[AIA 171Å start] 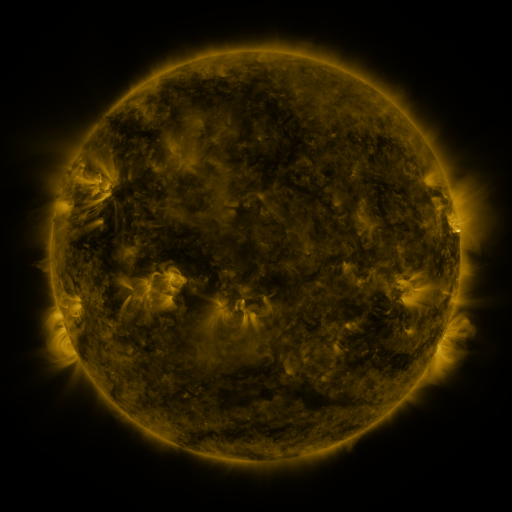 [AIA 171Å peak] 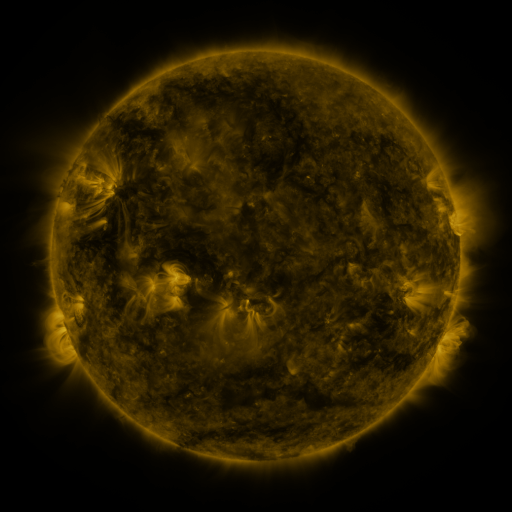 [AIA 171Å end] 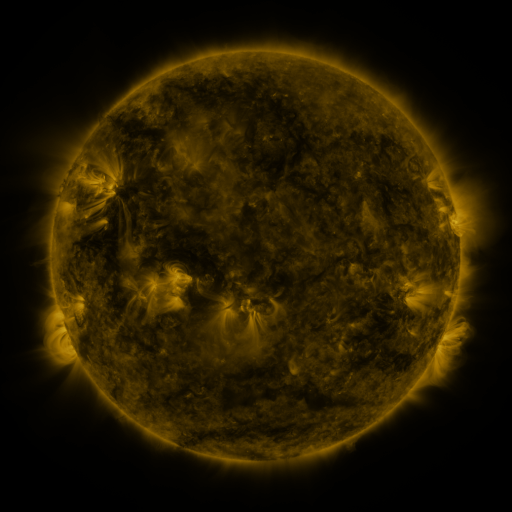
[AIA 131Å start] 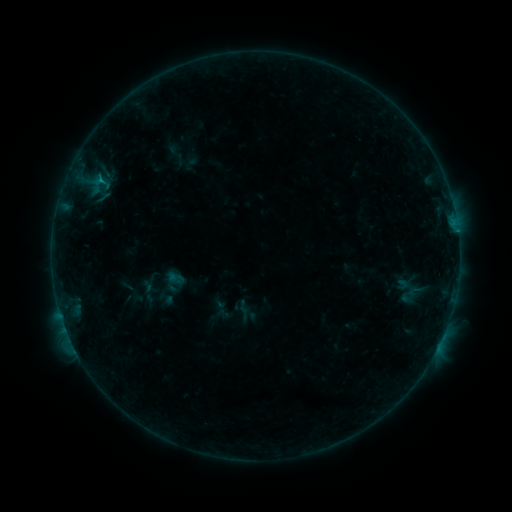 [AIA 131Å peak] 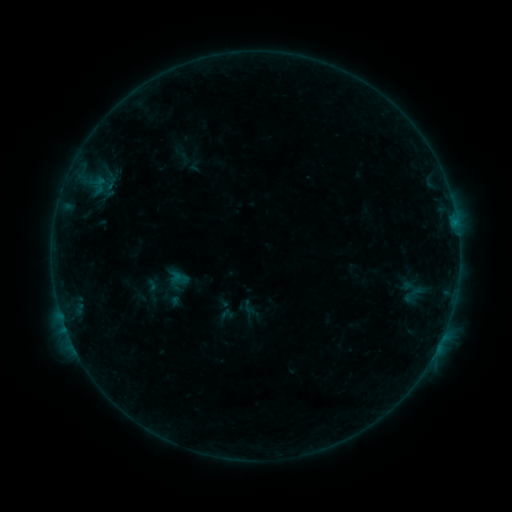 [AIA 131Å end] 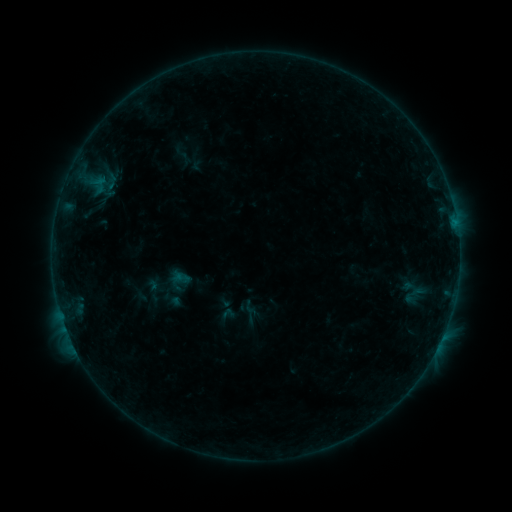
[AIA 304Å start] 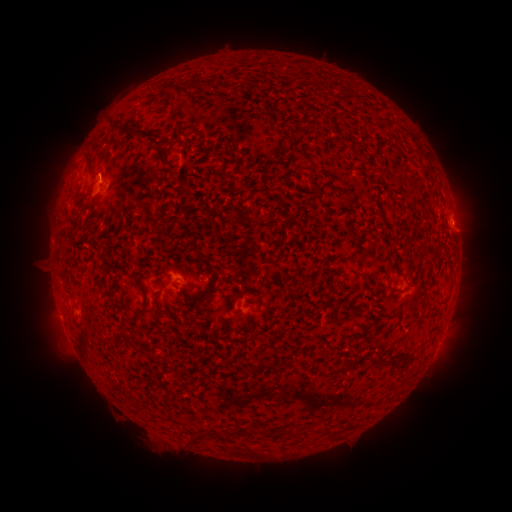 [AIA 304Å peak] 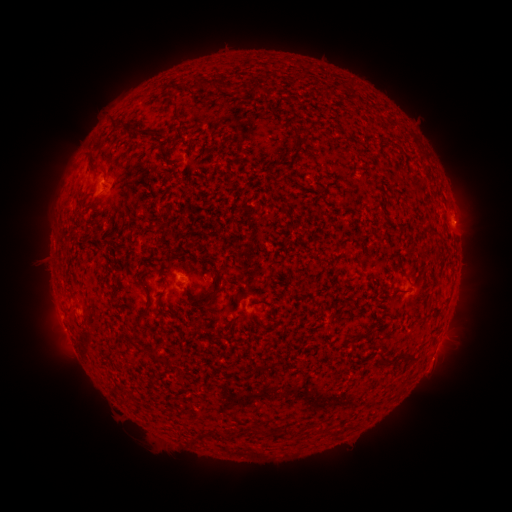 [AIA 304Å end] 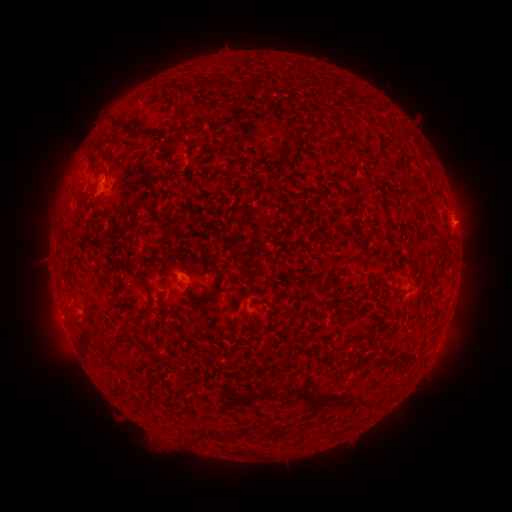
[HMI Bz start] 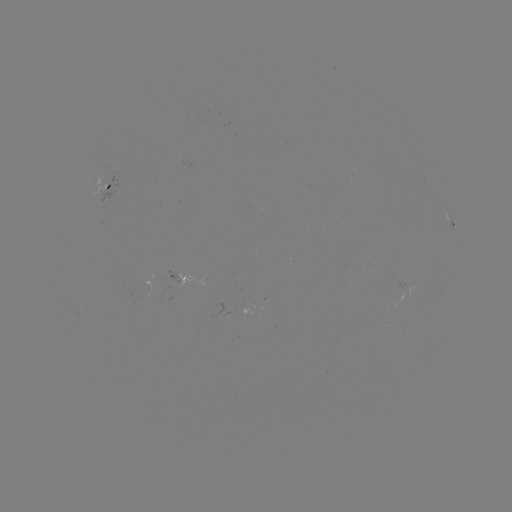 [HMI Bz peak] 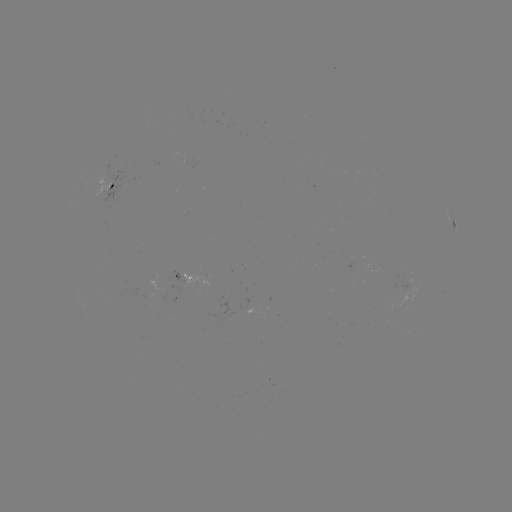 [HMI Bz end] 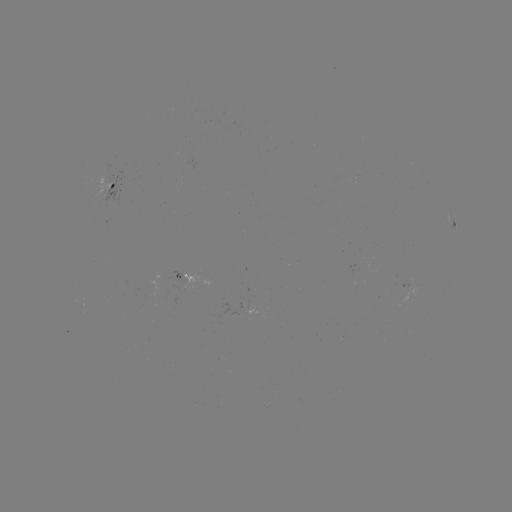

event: emerging-flux region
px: (187, 284)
